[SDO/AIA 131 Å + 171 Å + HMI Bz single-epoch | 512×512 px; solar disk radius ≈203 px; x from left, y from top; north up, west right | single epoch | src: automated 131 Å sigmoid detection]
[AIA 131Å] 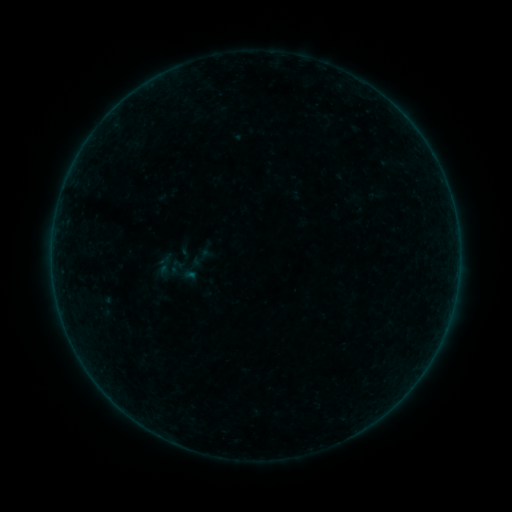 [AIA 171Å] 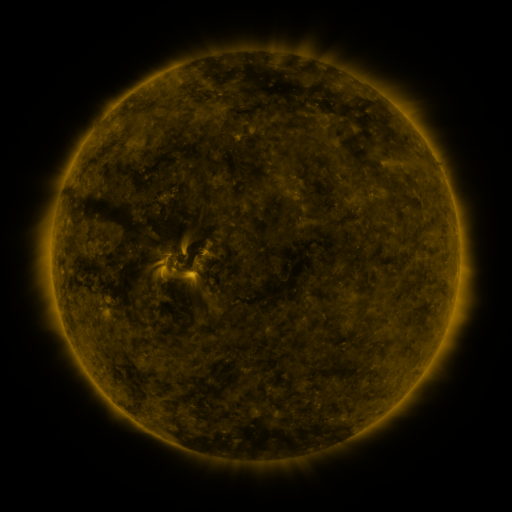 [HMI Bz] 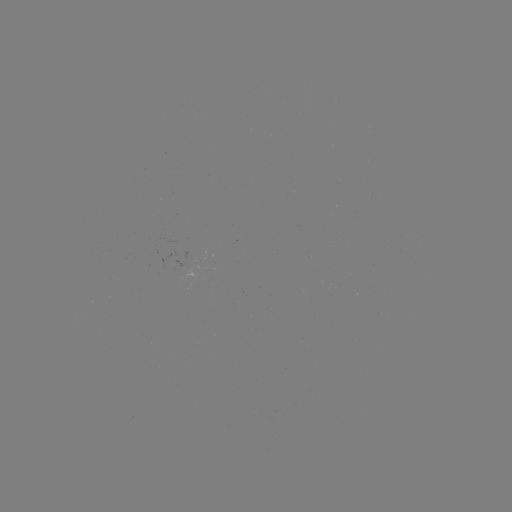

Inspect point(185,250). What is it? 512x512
sigmoid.